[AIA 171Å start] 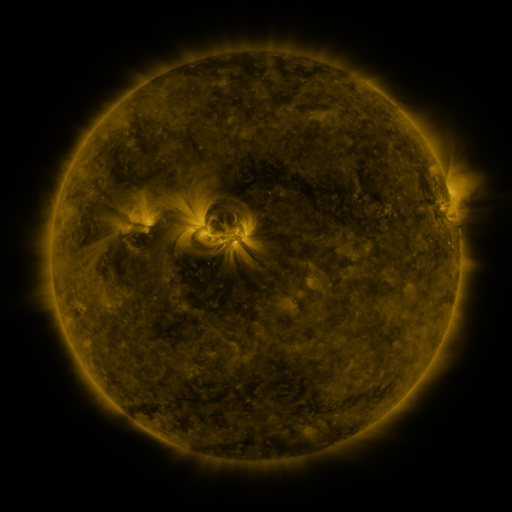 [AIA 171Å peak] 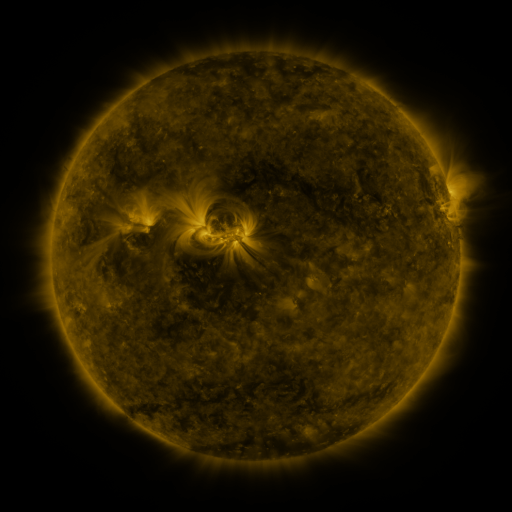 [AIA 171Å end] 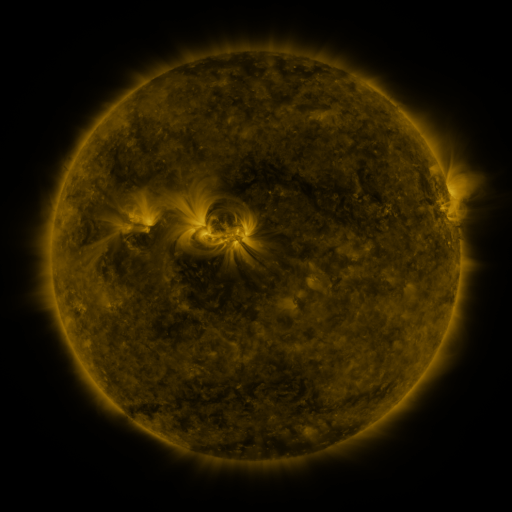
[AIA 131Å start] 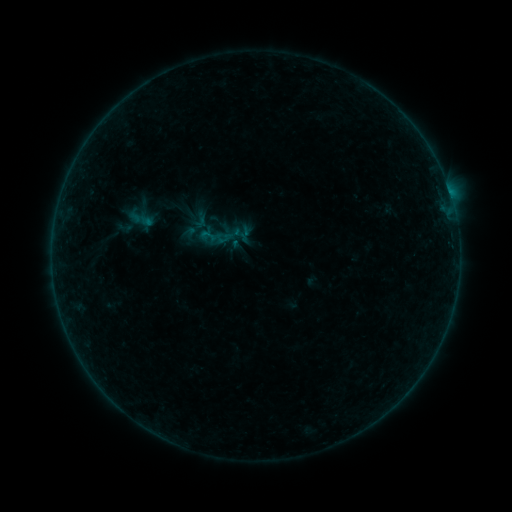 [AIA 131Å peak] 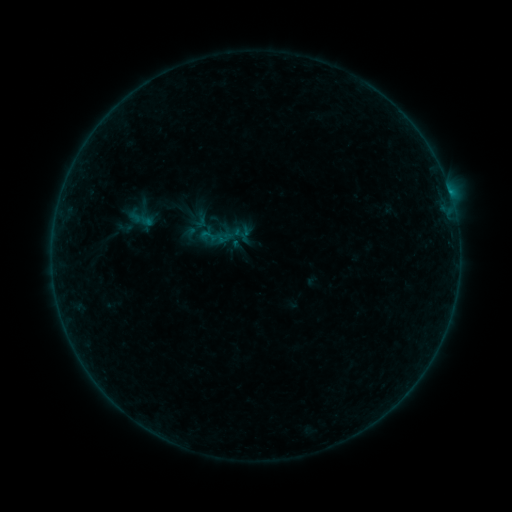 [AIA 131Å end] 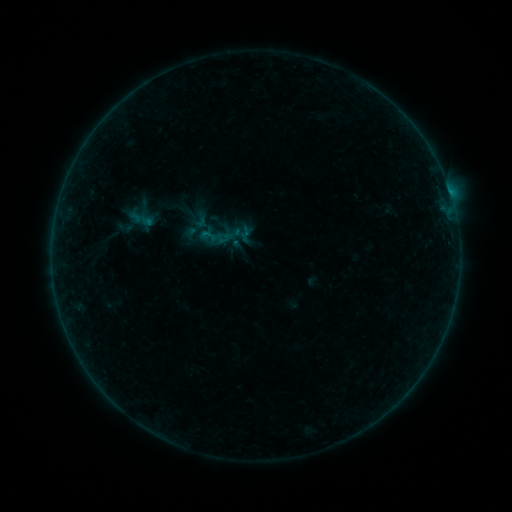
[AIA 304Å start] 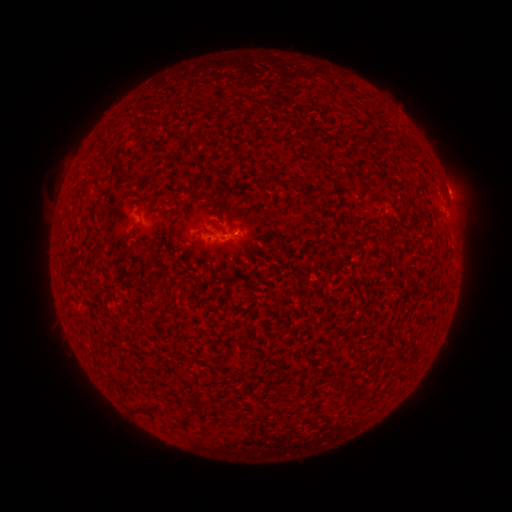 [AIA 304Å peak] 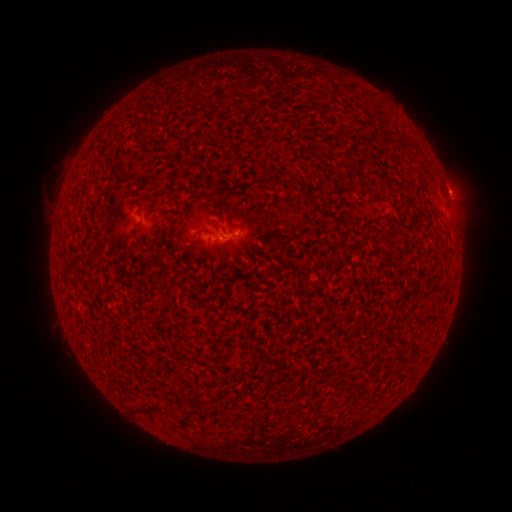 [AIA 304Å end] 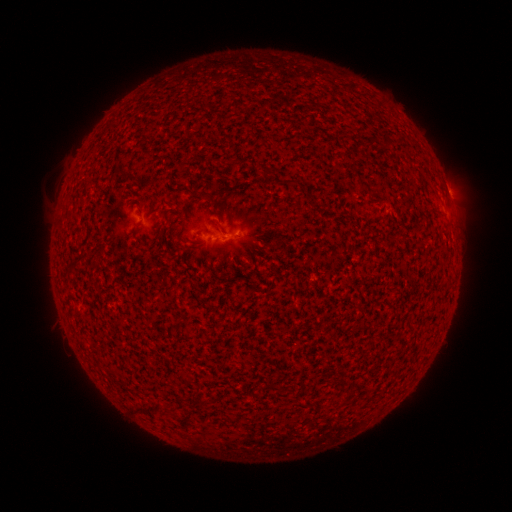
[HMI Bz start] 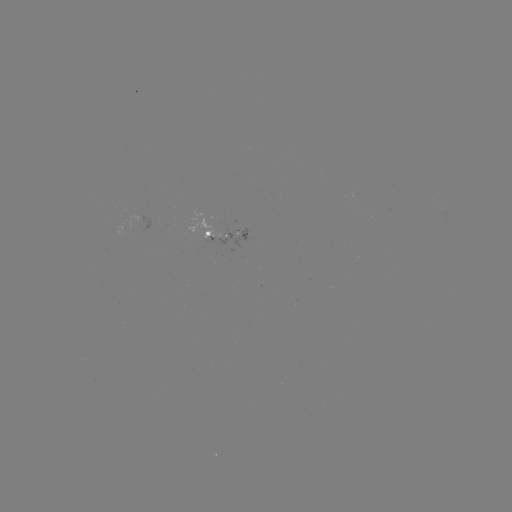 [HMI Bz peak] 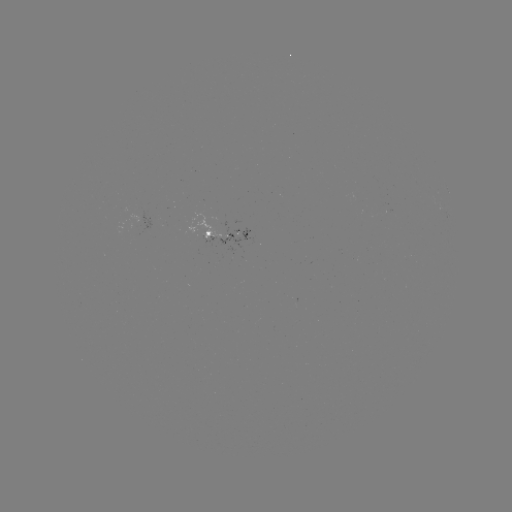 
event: flare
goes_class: B1.6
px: (449, 193)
